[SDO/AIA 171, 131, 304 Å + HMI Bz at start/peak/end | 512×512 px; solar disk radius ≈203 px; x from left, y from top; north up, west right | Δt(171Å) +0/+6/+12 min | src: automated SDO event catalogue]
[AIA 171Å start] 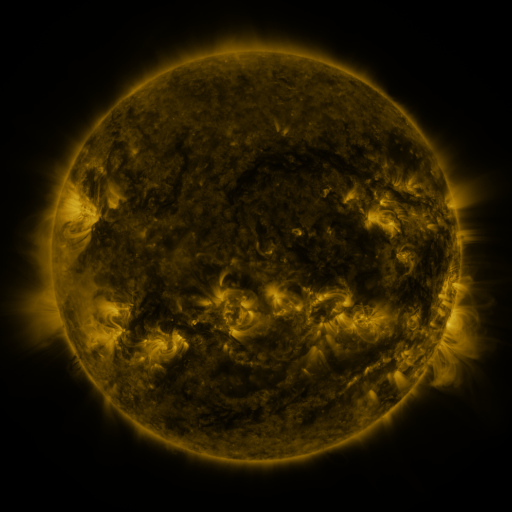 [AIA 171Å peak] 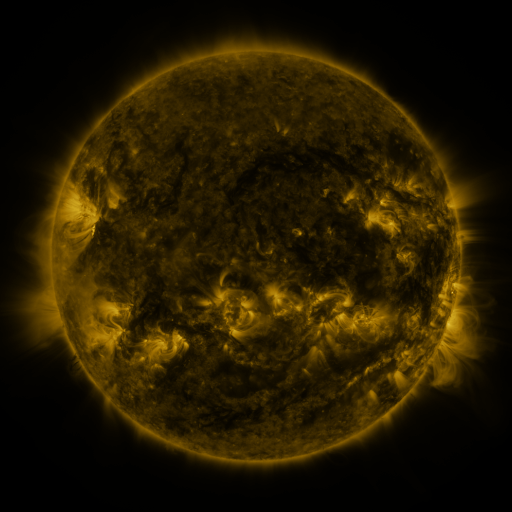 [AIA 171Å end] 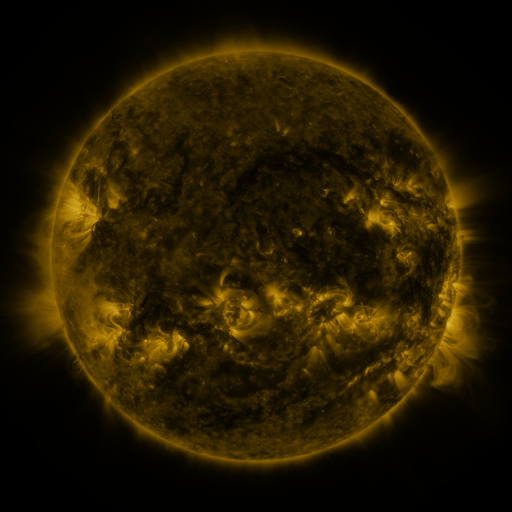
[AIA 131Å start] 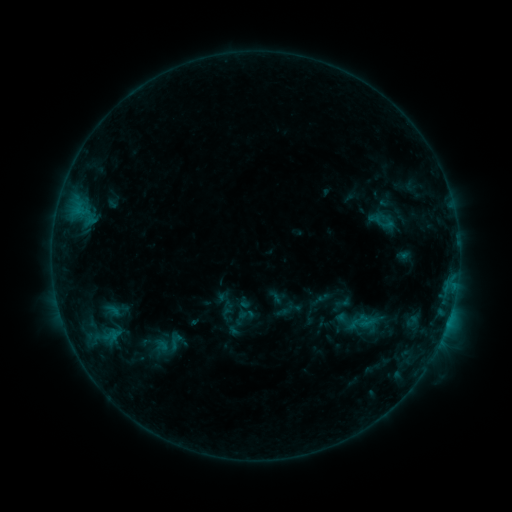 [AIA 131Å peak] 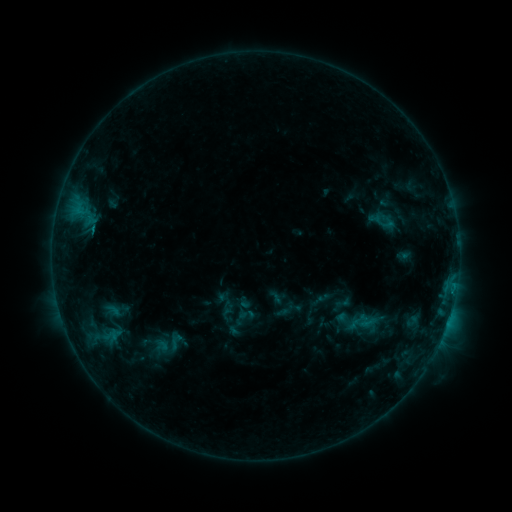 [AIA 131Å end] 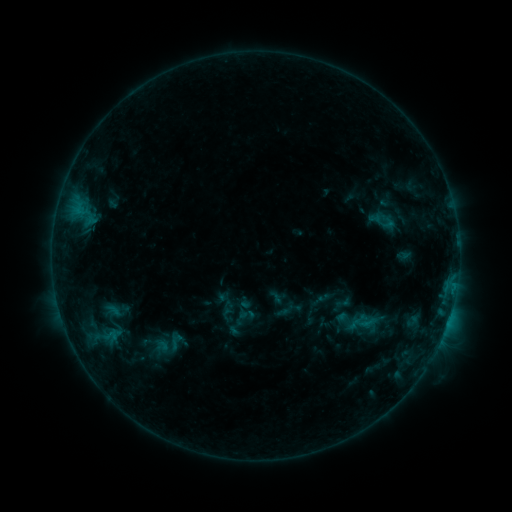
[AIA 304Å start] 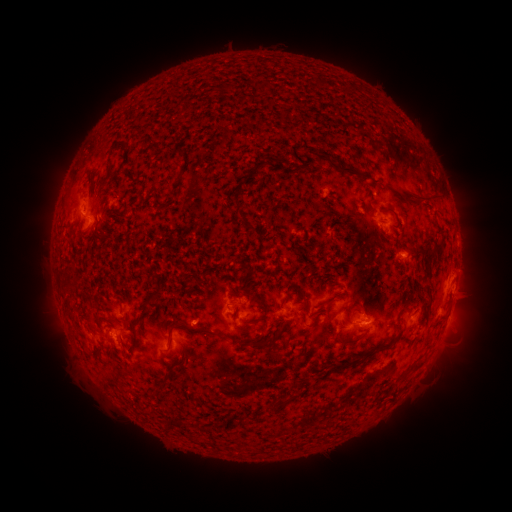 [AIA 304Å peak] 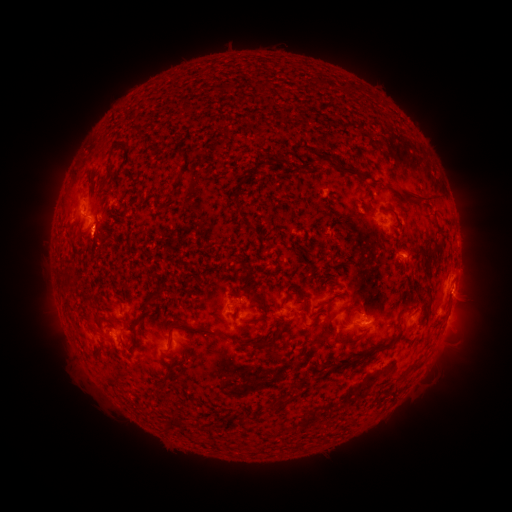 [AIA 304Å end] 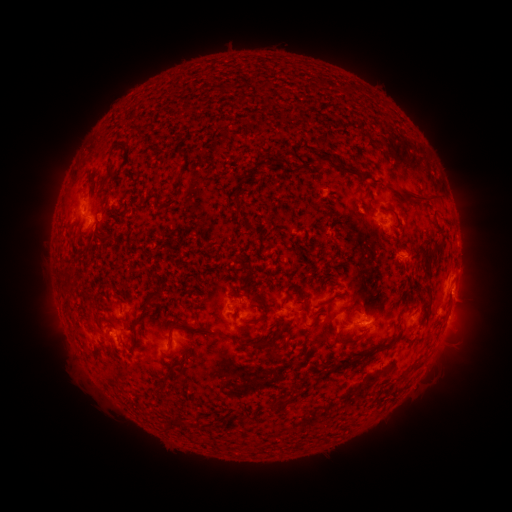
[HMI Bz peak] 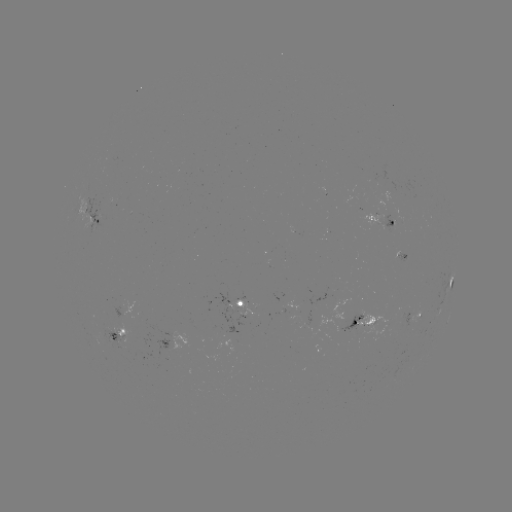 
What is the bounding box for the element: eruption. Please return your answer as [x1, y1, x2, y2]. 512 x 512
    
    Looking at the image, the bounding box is [67, 222, 113, 267].